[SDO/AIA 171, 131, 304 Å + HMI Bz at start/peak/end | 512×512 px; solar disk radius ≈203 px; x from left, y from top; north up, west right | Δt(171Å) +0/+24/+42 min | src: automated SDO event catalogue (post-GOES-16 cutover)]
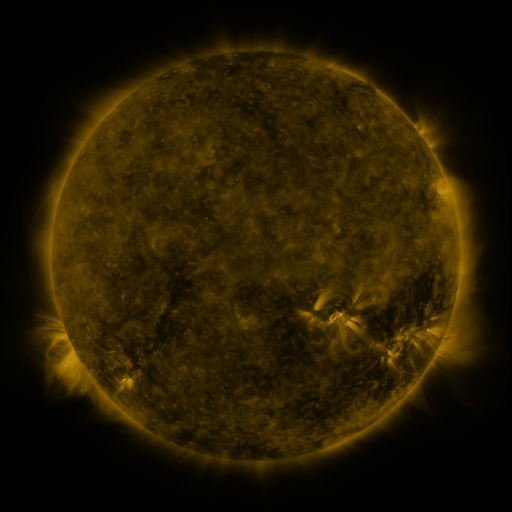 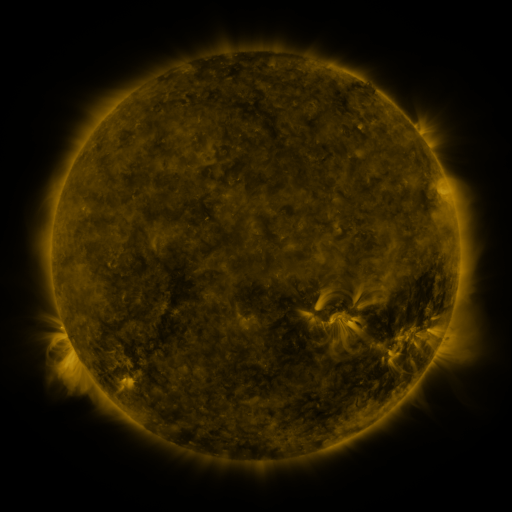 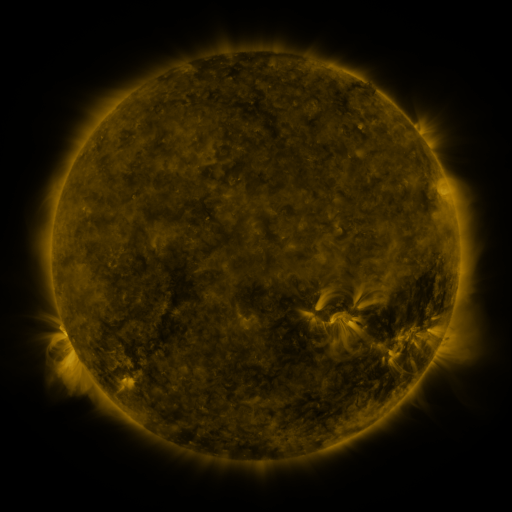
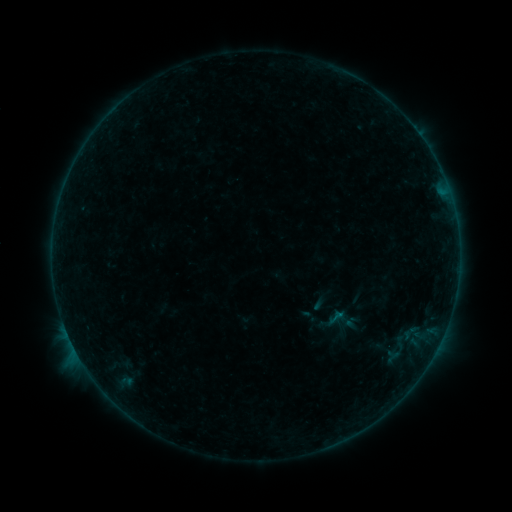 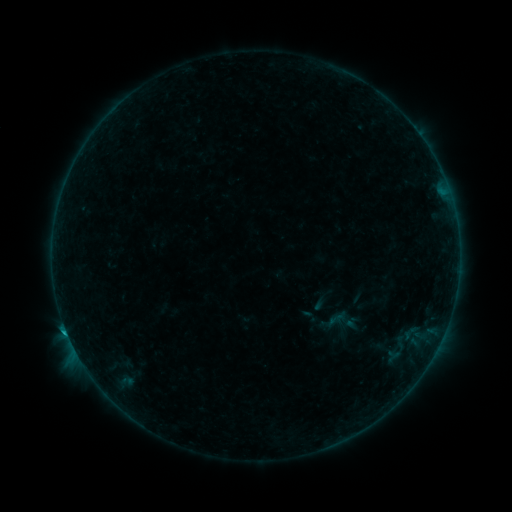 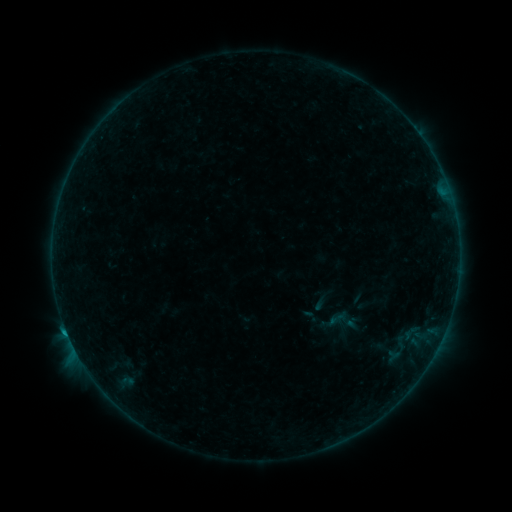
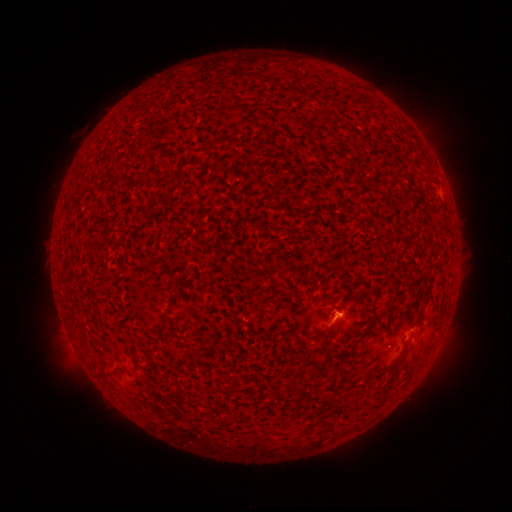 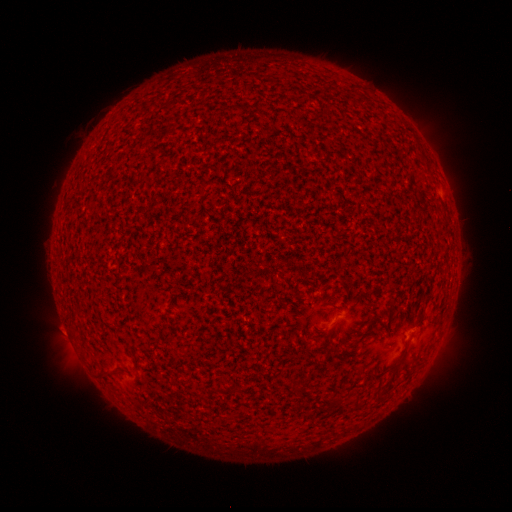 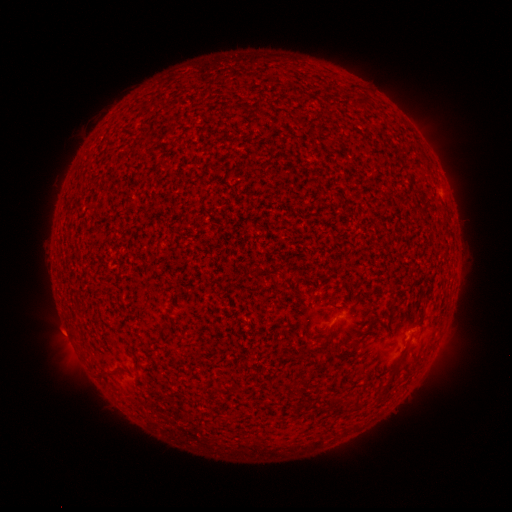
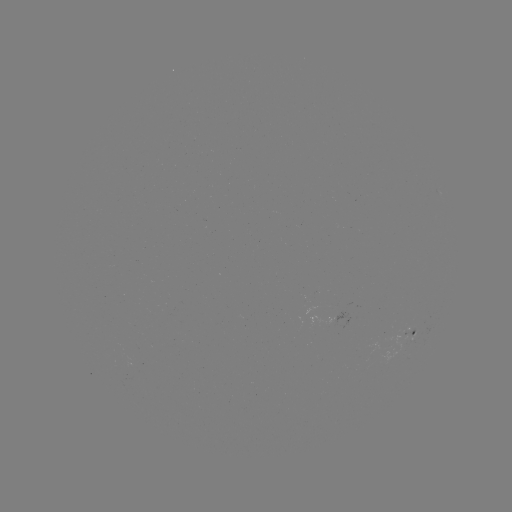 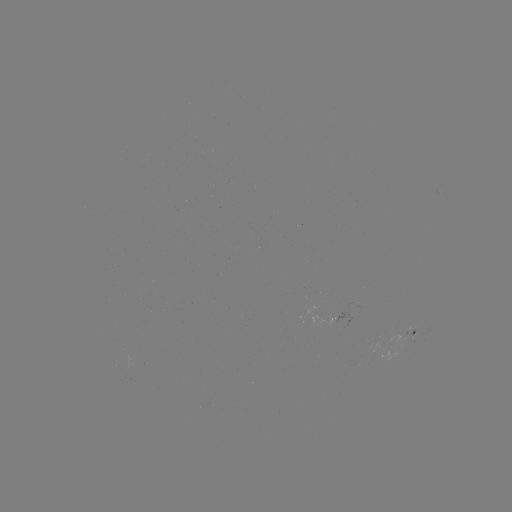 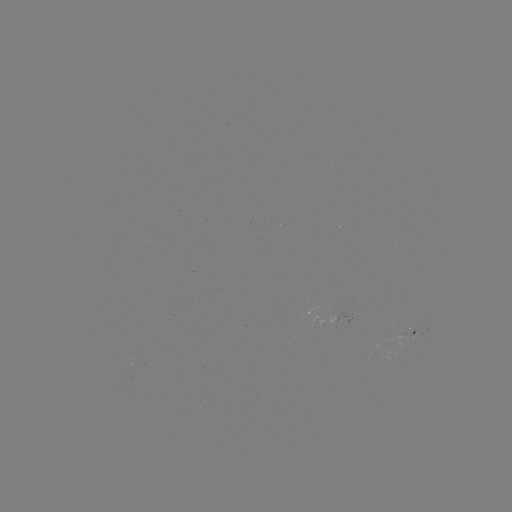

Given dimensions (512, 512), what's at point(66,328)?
B5.3 flare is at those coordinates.